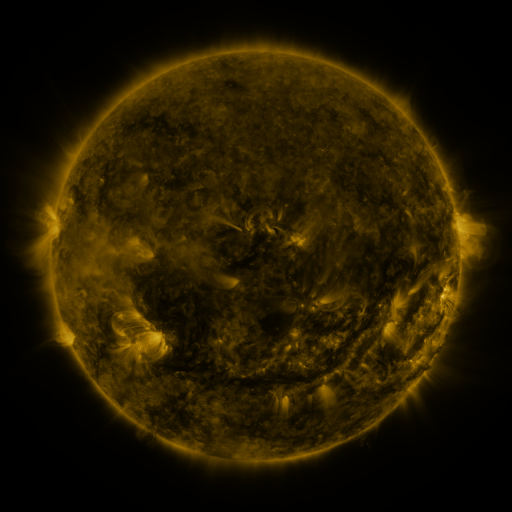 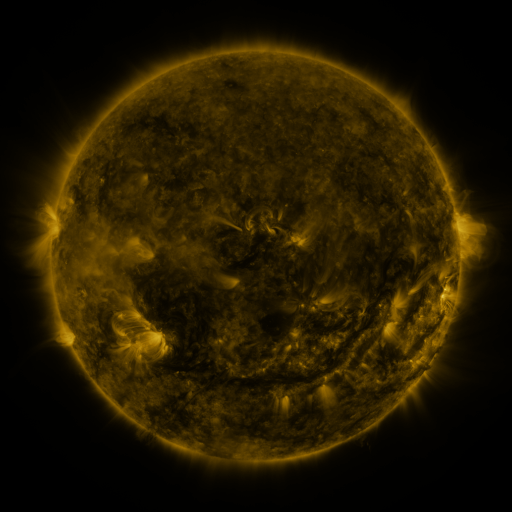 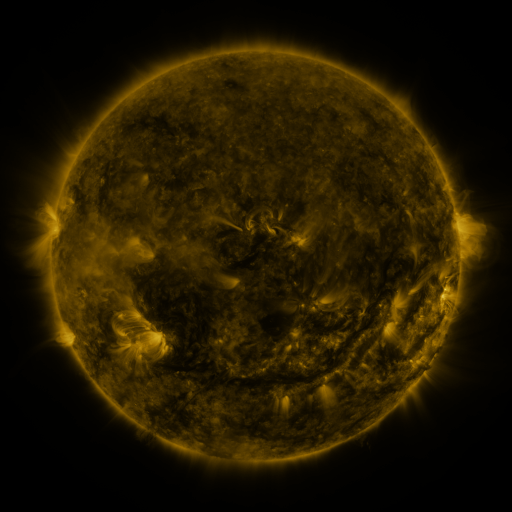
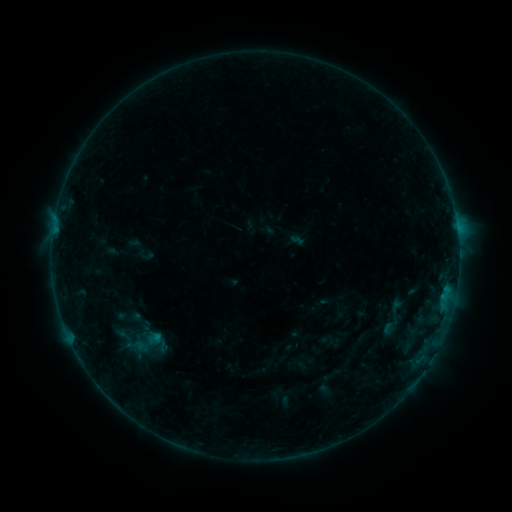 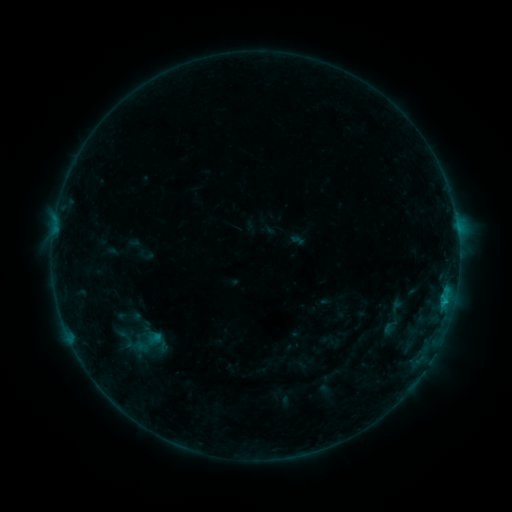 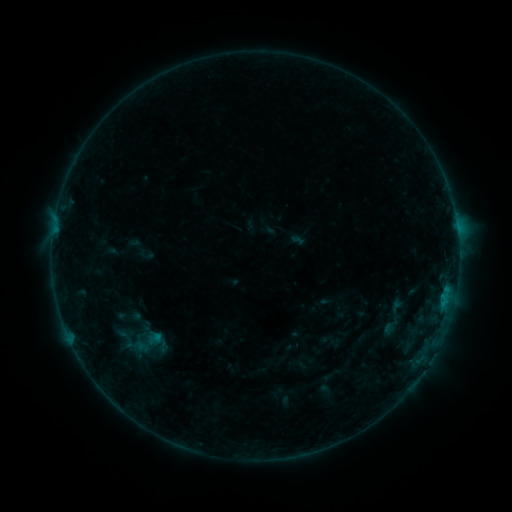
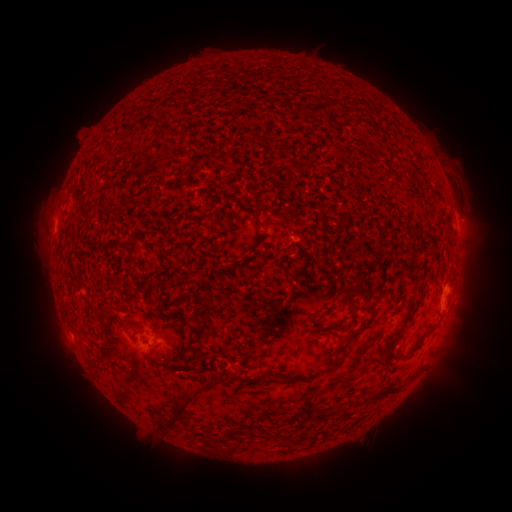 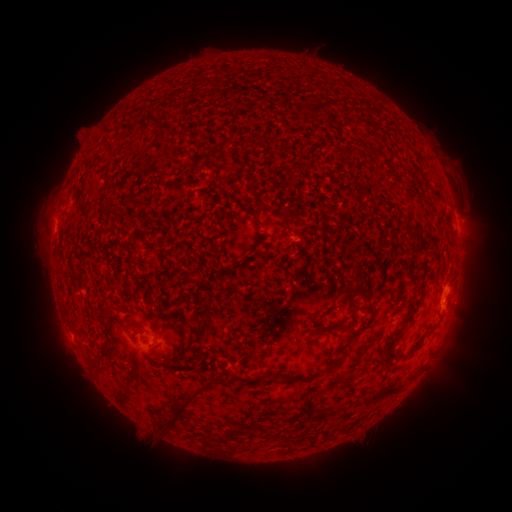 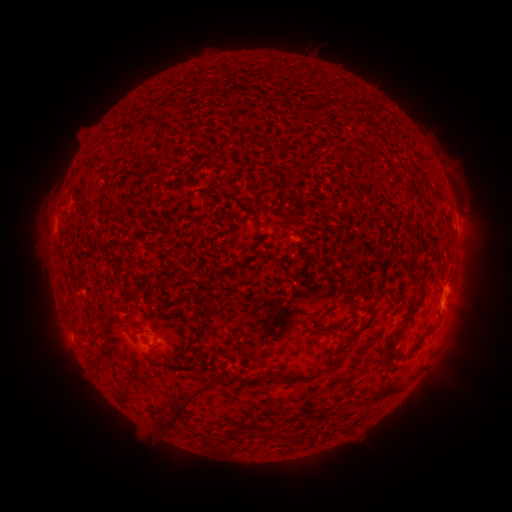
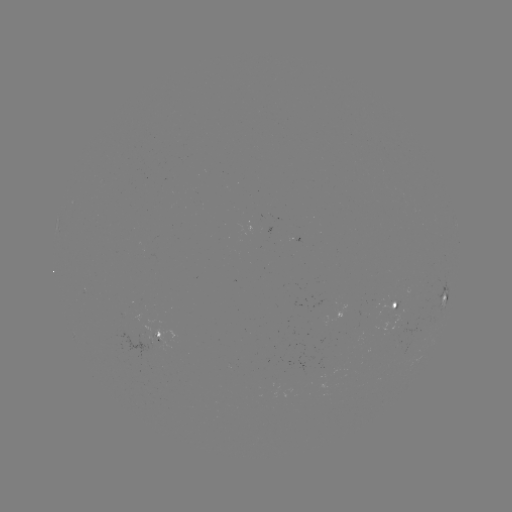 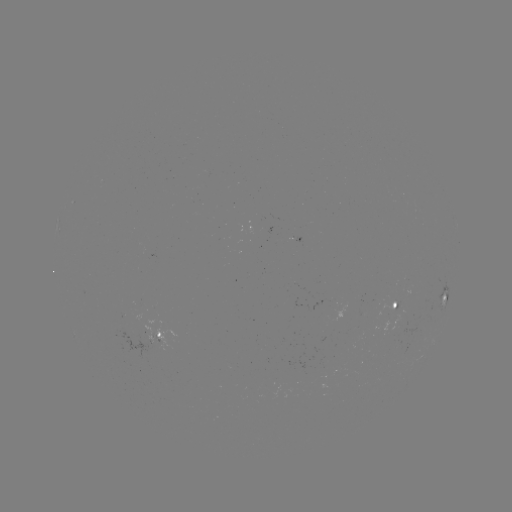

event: flare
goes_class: B4.3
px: (443, 299)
